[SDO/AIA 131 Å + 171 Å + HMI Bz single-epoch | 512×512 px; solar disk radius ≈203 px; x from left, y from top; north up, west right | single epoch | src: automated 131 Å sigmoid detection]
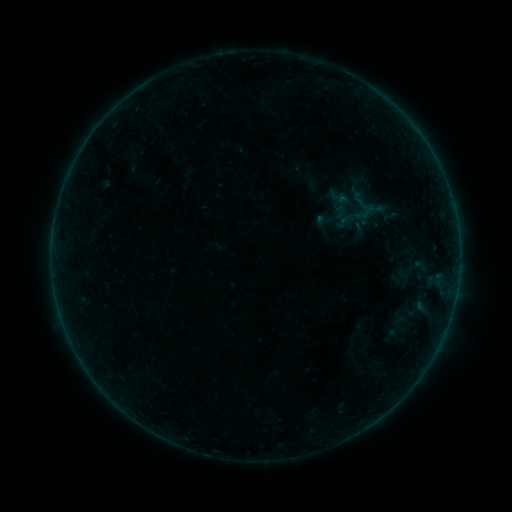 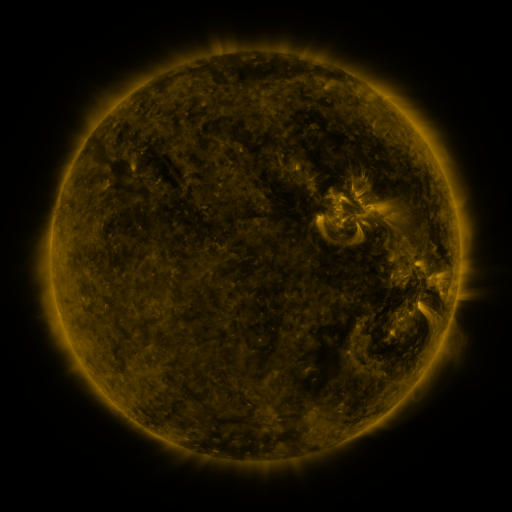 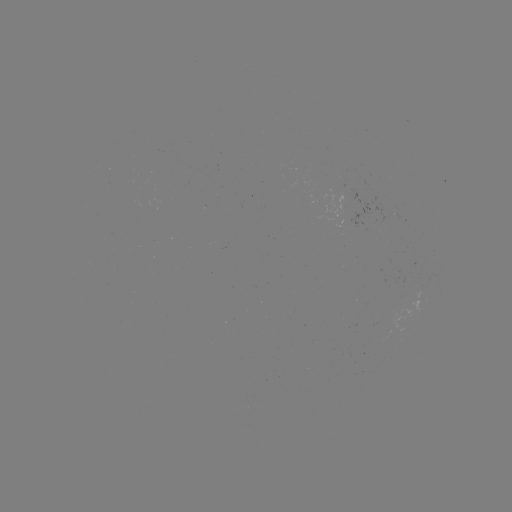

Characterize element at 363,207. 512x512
sigmoid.